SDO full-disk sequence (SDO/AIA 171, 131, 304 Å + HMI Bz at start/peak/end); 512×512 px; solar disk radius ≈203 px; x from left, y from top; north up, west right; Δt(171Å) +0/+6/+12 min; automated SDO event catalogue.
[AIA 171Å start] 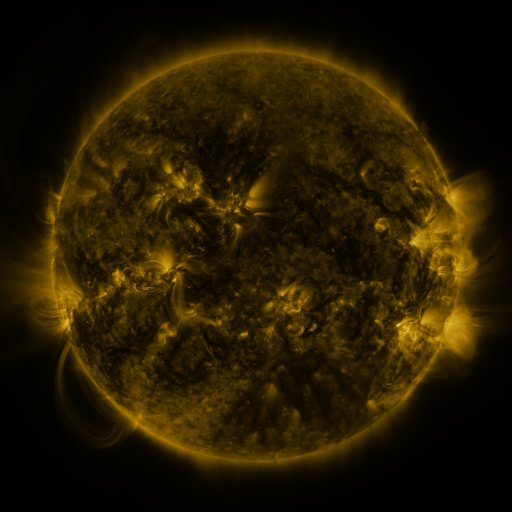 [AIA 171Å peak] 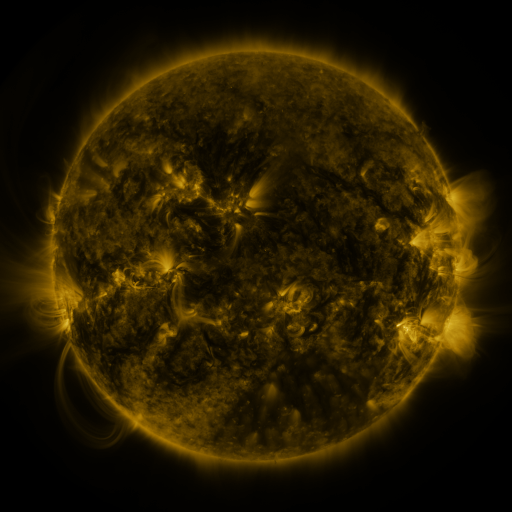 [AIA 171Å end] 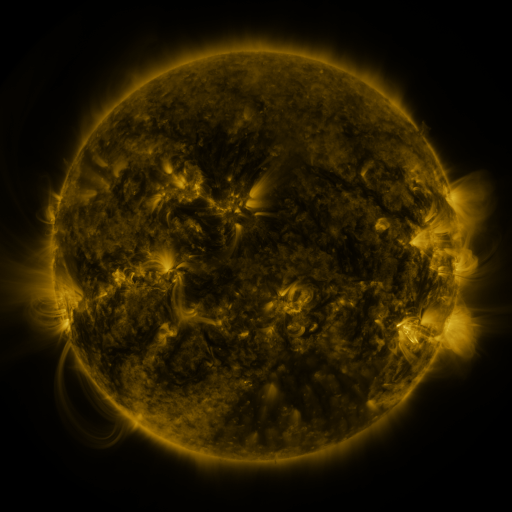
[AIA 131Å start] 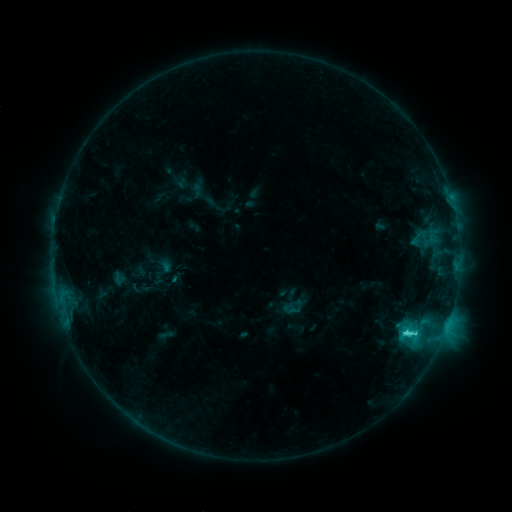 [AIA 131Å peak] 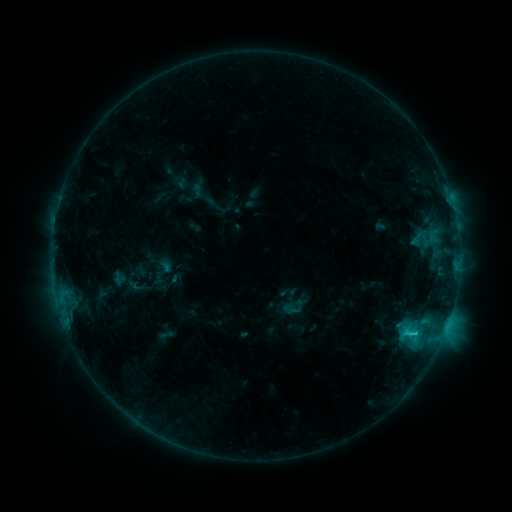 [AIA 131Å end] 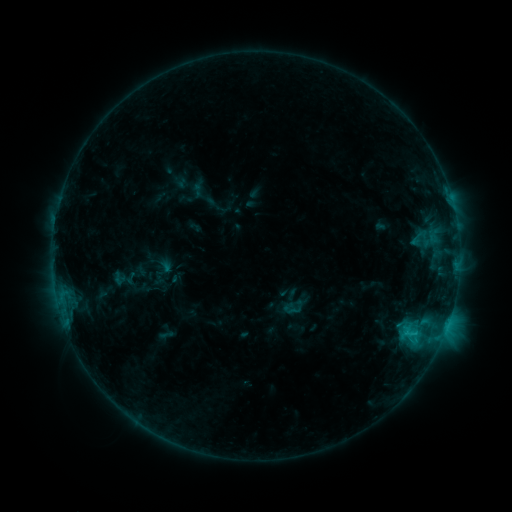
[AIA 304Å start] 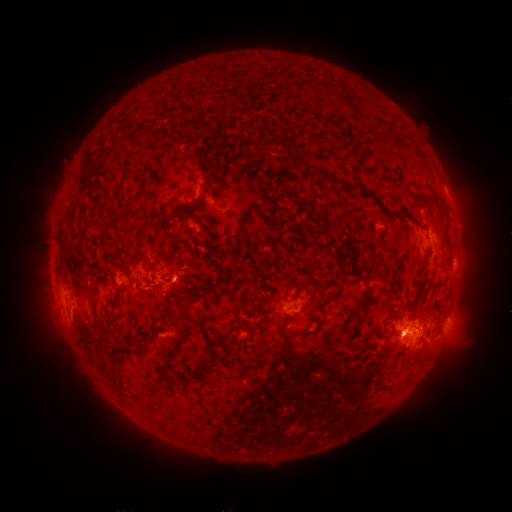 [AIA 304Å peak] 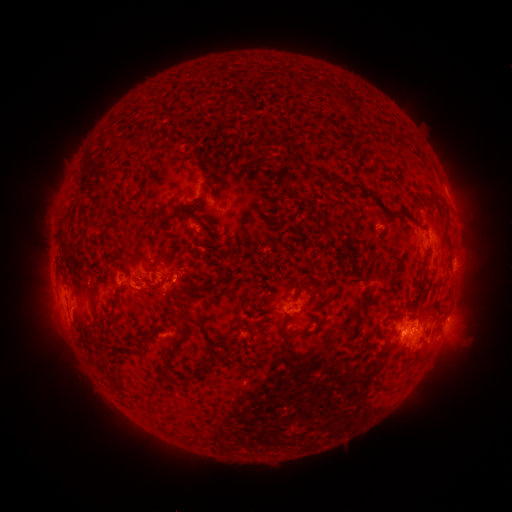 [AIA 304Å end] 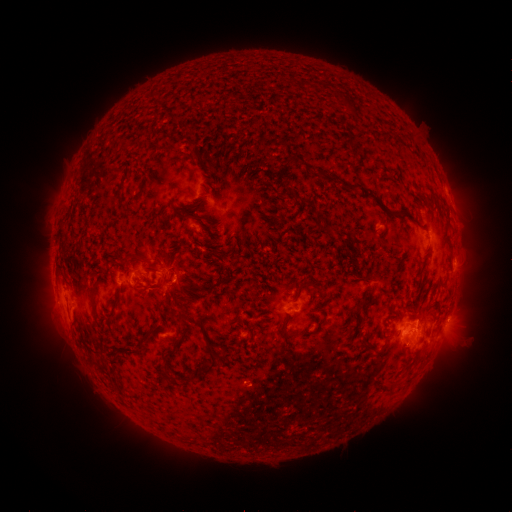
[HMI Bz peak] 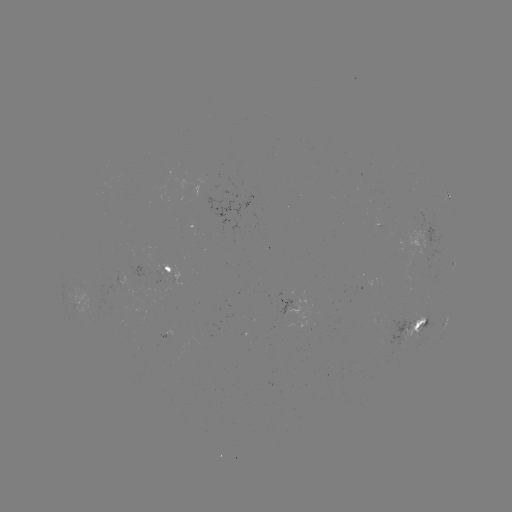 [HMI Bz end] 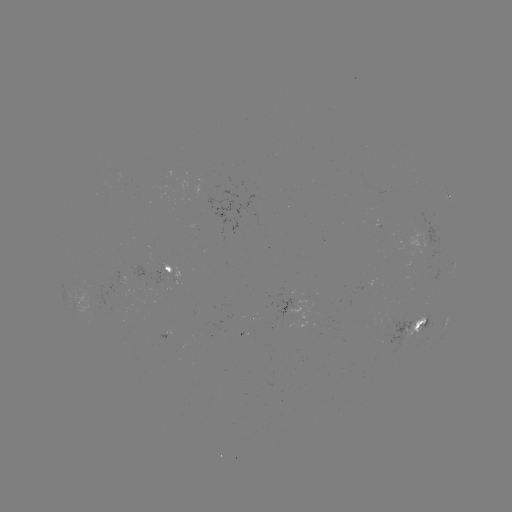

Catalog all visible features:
eruption: (140, 289)
